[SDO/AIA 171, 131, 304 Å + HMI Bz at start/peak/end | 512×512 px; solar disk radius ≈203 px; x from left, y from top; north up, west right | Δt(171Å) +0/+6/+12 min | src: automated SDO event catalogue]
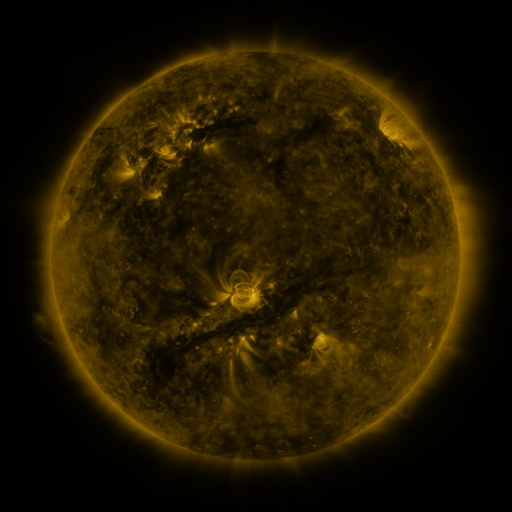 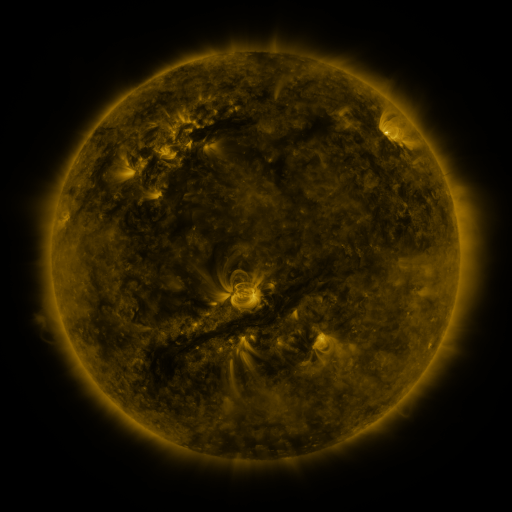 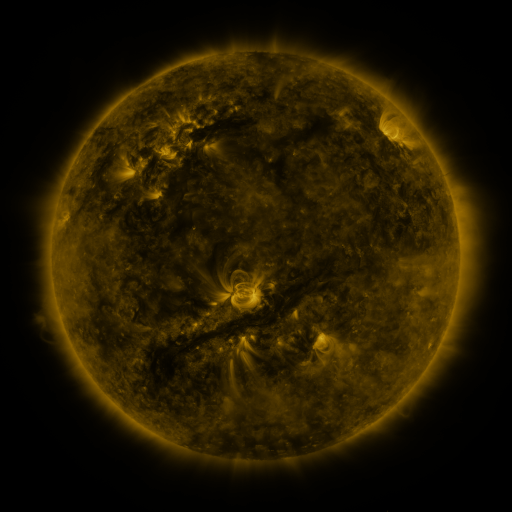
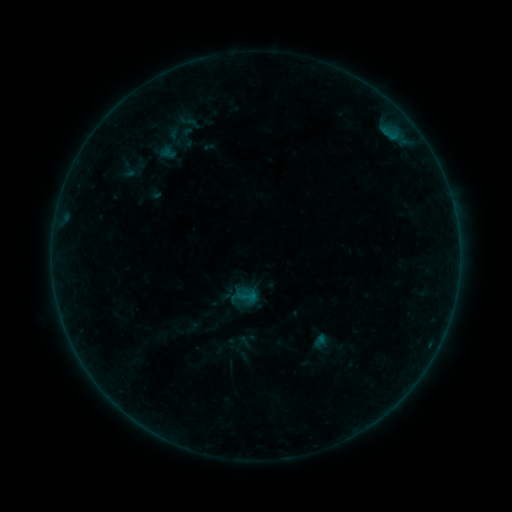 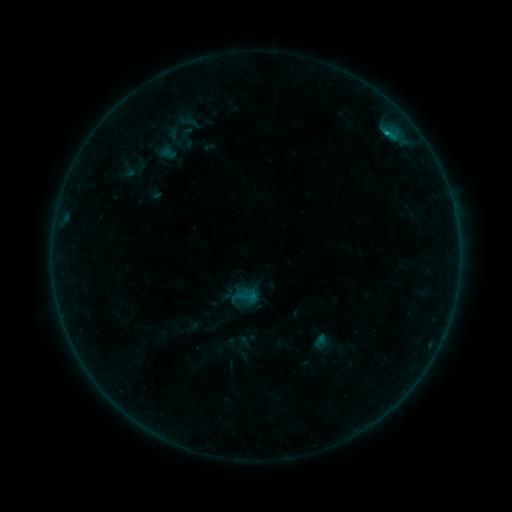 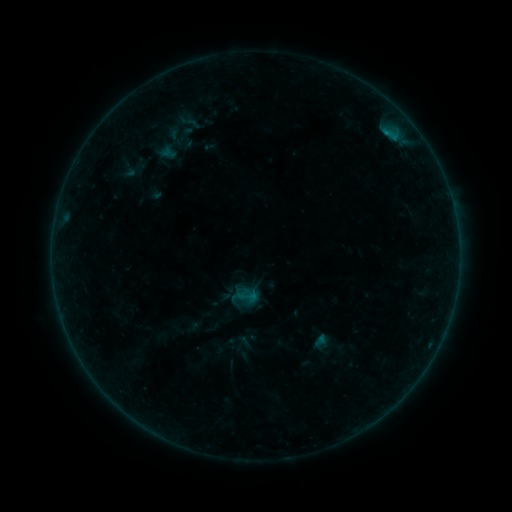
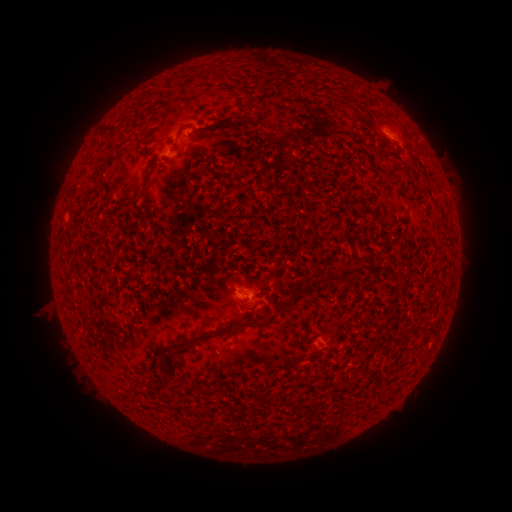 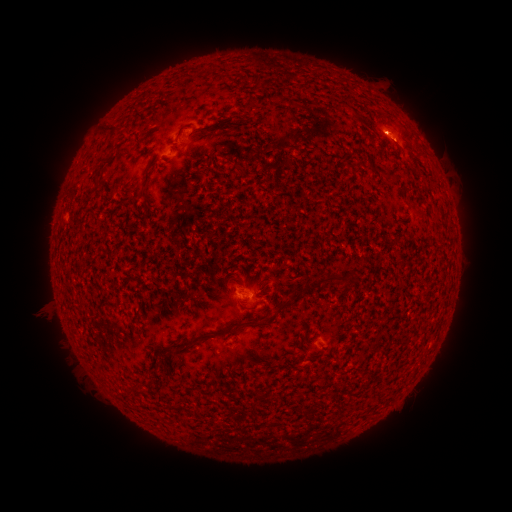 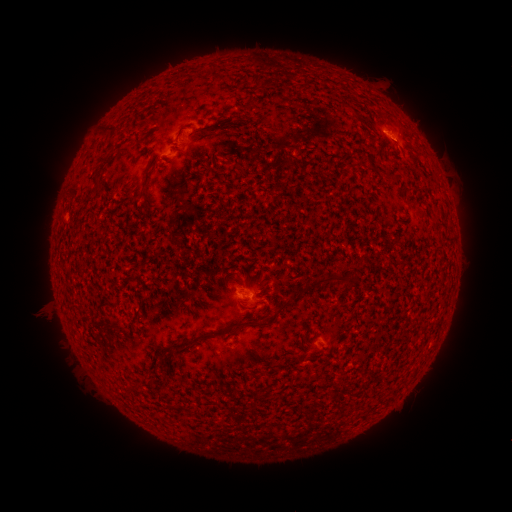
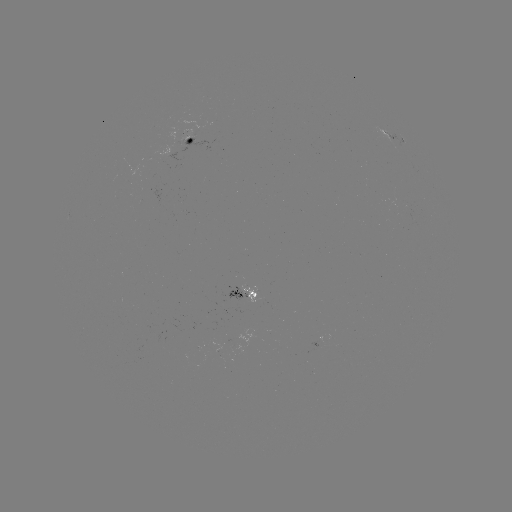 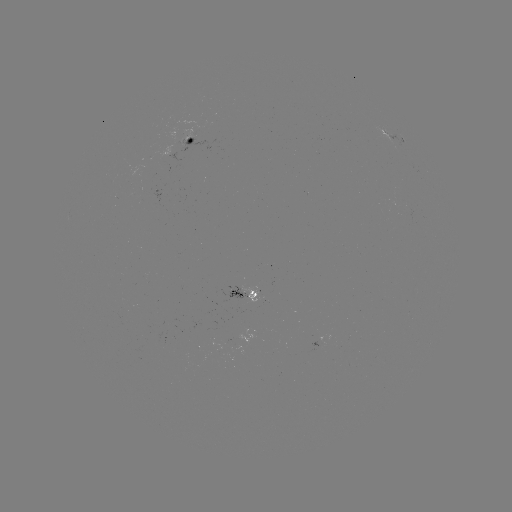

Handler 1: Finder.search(B3.3 flare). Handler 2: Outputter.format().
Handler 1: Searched B3.3 flare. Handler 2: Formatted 387,136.